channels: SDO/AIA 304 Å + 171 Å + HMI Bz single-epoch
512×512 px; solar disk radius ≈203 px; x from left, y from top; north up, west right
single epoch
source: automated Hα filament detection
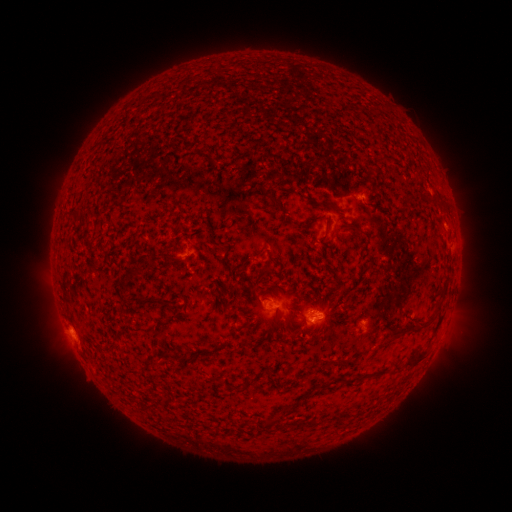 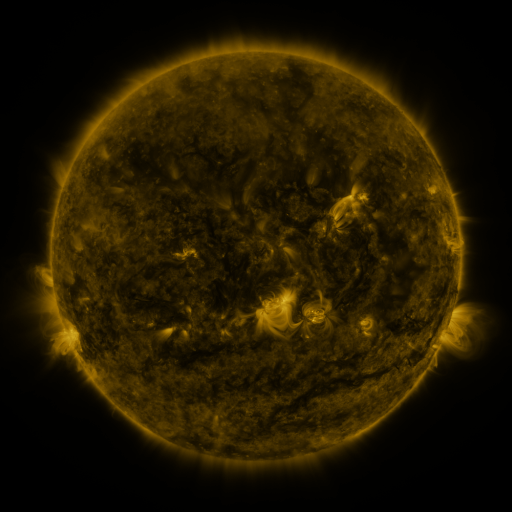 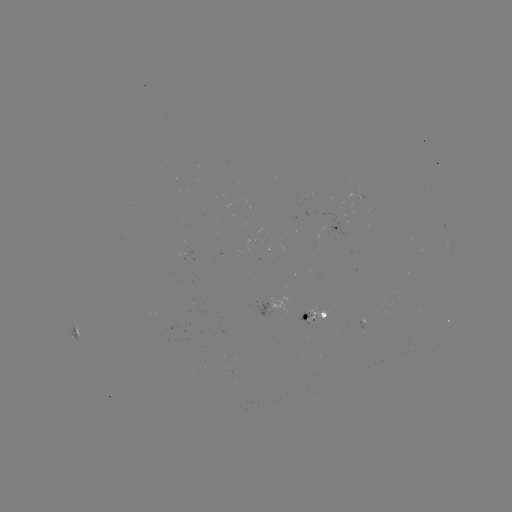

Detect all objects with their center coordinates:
filament: (433, 196)
filament: (281, 207)
filament: (340, 212)
filament: (304, 226)
filament: (357, 227)
filament: (268, 255)
filament: (149, 261)
filament: (263, 270)
filament: (232, 295)
filament: (151, 302)
filament: (419, 320)
filament: (275, 321)
filament: (162, 324)
filament: (117, 343)
filament: (251, 344)
filament: (419, 358)
filament: (185, 359)
filament: (252, 379)
filament: (287, 411)
